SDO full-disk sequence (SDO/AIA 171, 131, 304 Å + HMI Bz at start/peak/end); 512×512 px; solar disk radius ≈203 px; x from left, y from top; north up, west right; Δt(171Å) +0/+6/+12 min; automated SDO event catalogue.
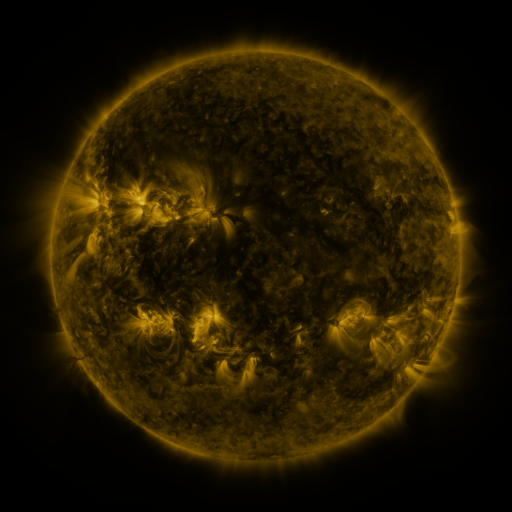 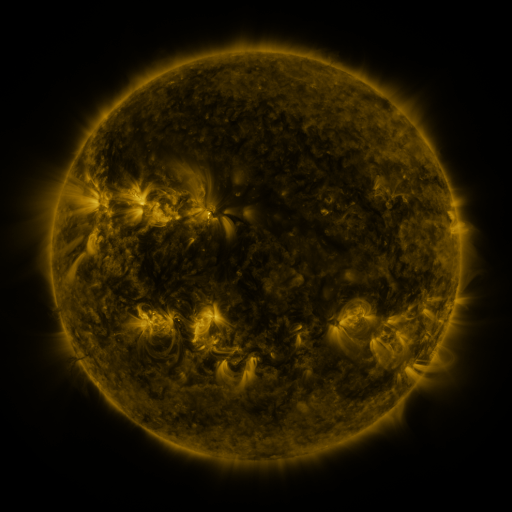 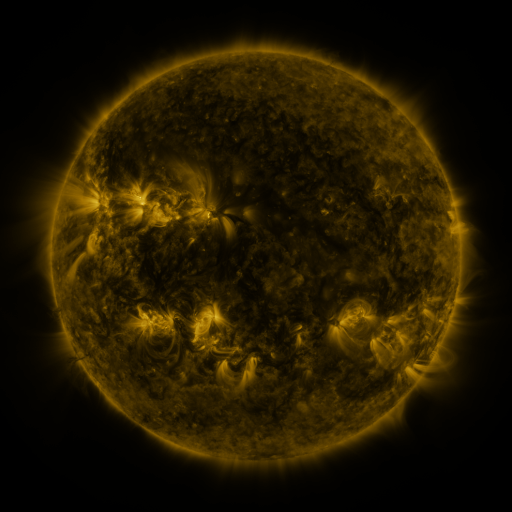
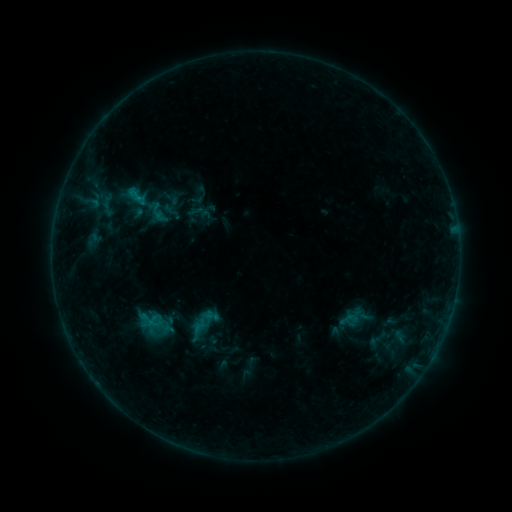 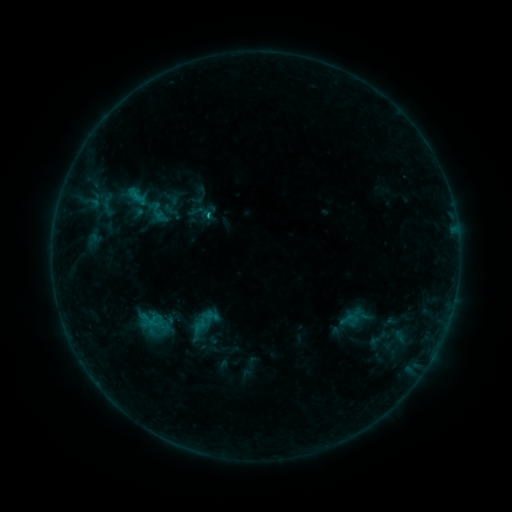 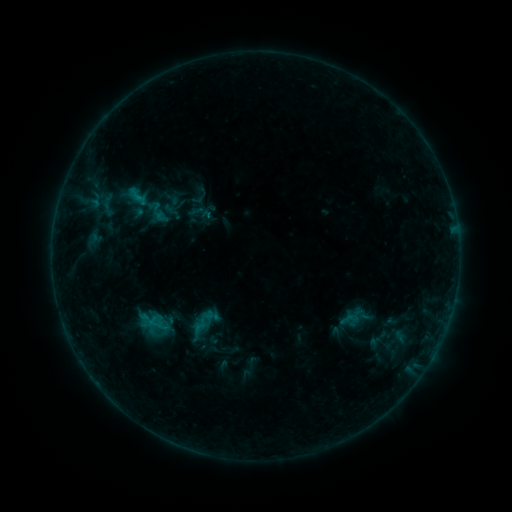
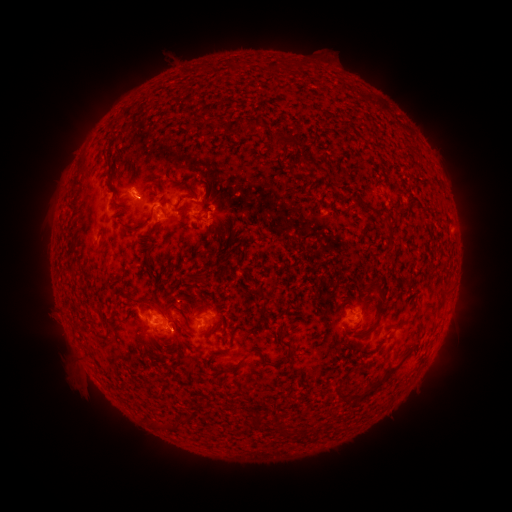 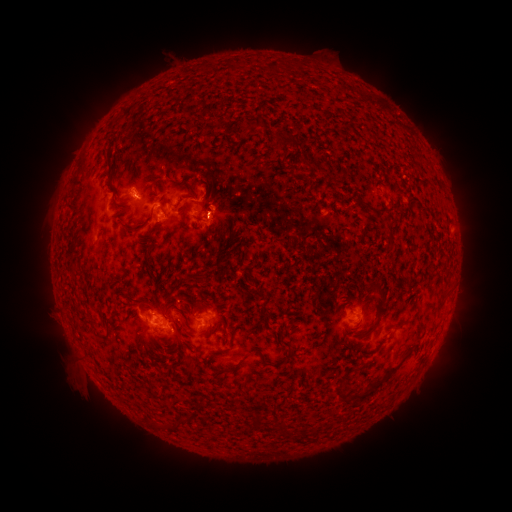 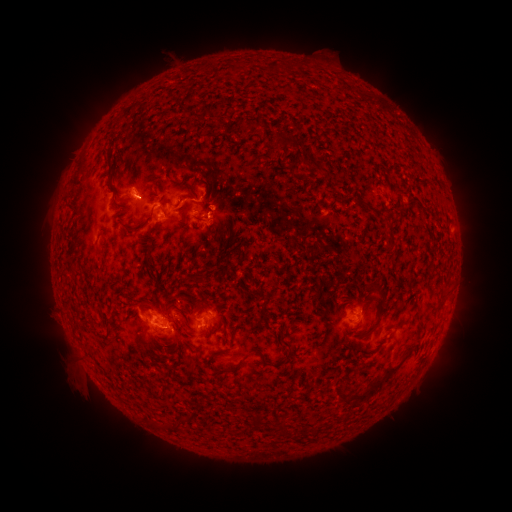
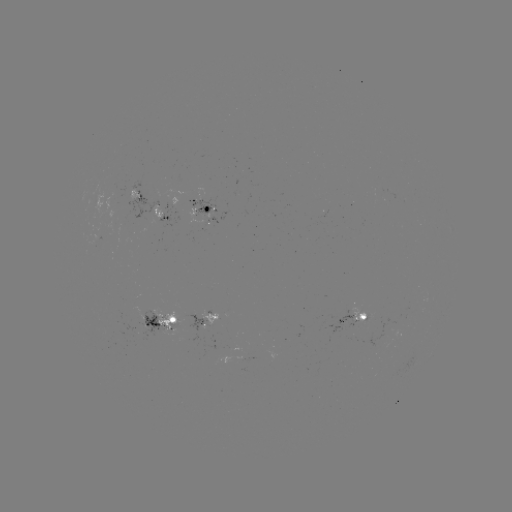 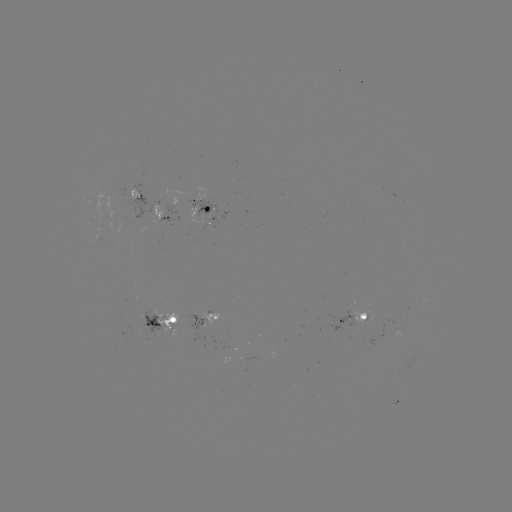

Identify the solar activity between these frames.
eruption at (218, 215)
